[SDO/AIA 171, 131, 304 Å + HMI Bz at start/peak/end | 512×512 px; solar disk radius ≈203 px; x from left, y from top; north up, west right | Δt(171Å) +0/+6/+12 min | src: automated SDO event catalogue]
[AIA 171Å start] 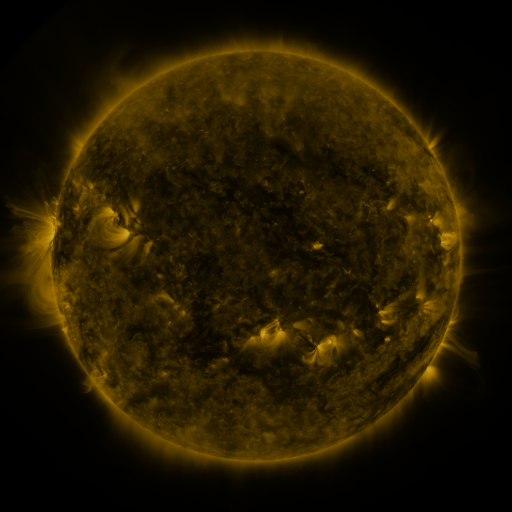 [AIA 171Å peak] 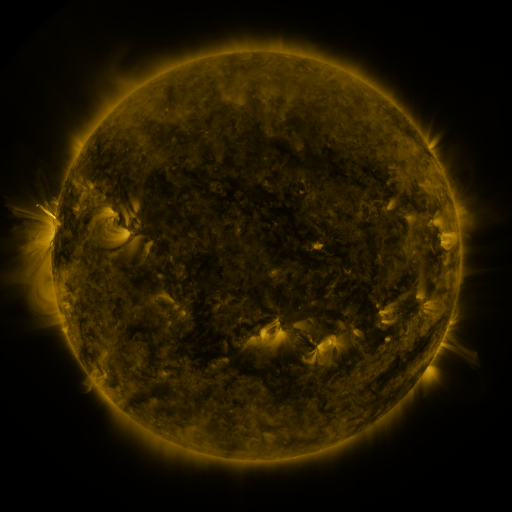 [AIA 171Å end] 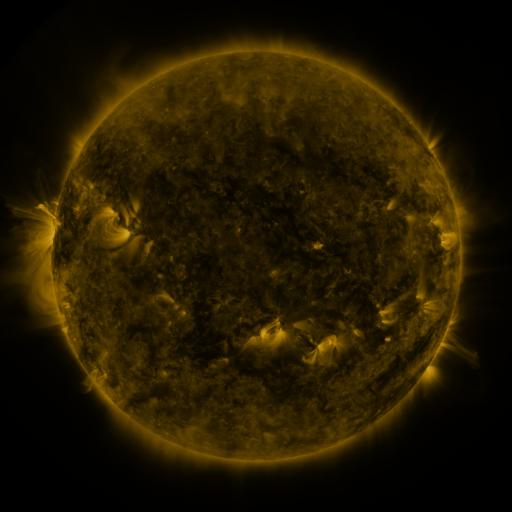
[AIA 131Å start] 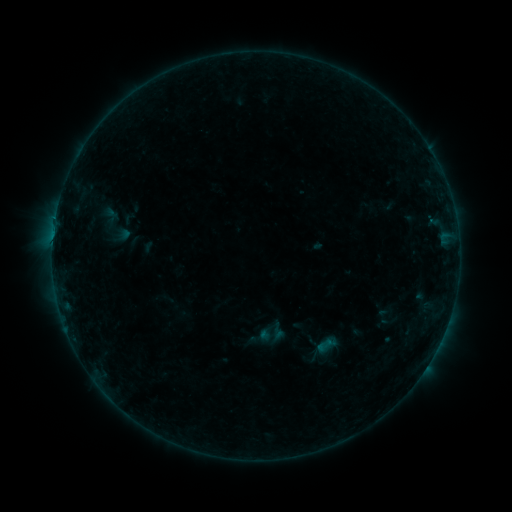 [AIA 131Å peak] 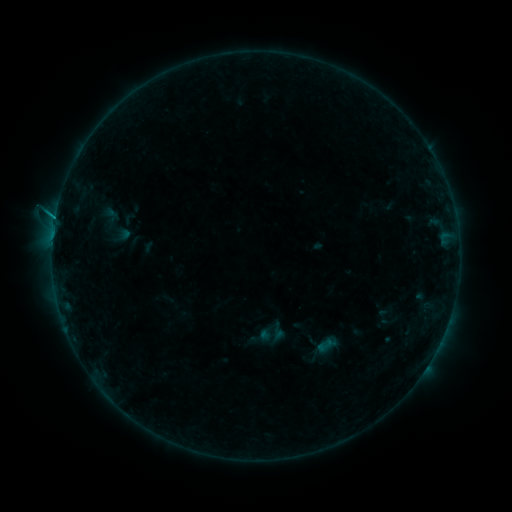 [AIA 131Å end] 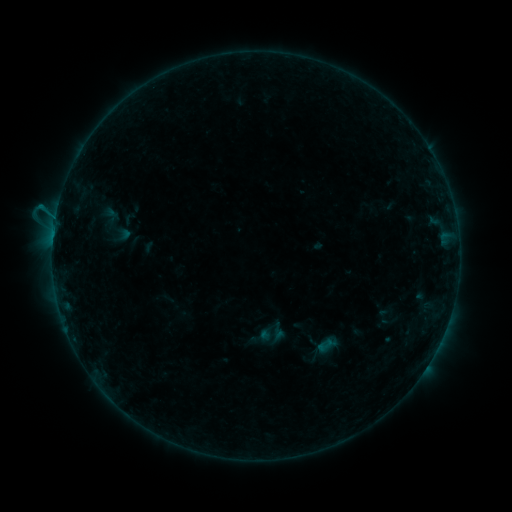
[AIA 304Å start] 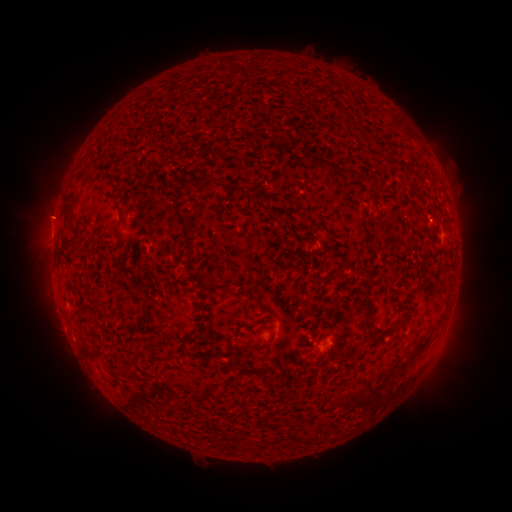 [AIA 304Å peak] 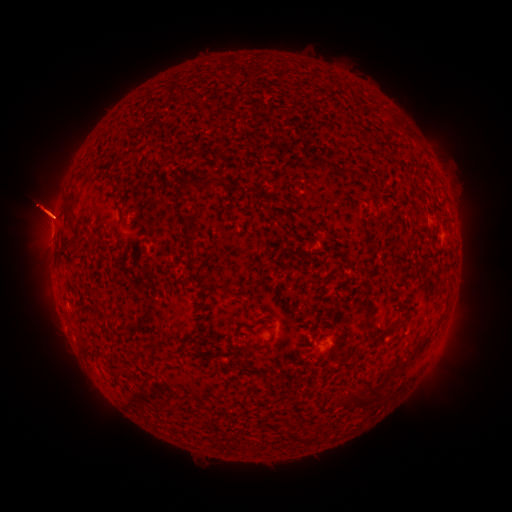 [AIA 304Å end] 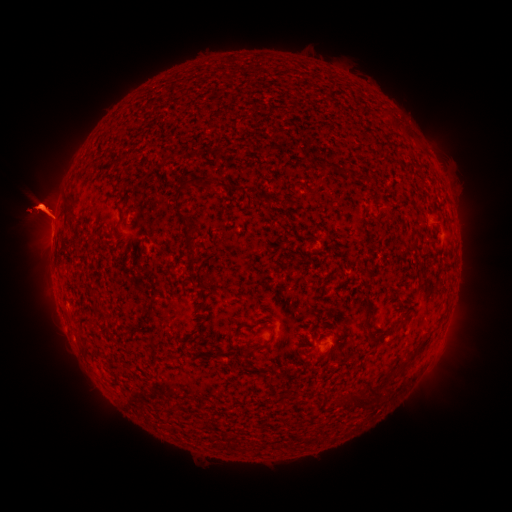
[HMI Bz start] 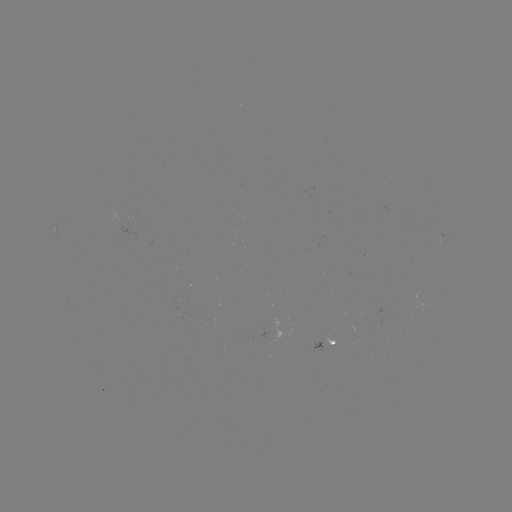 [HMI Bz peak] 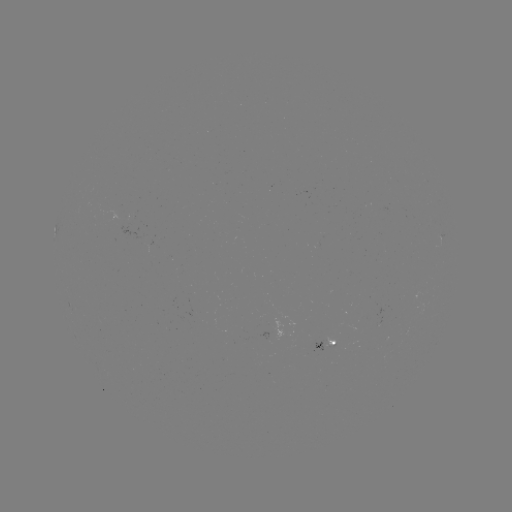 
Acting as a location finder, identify B5.9 flare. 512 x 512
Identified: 56,217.